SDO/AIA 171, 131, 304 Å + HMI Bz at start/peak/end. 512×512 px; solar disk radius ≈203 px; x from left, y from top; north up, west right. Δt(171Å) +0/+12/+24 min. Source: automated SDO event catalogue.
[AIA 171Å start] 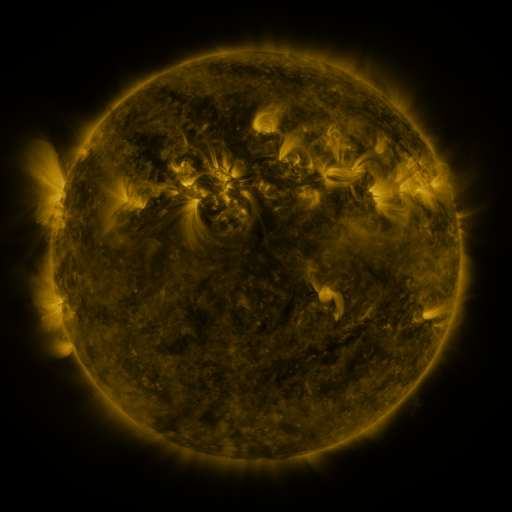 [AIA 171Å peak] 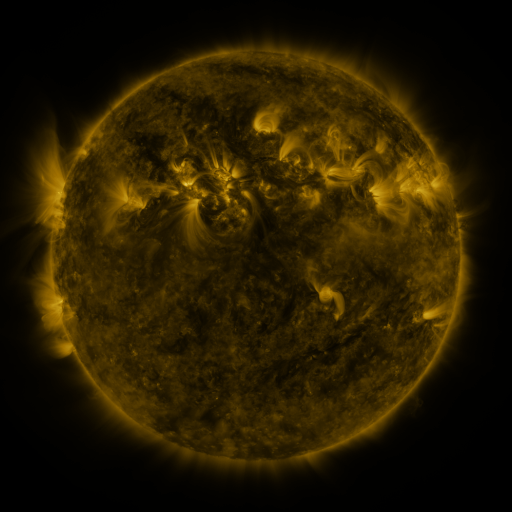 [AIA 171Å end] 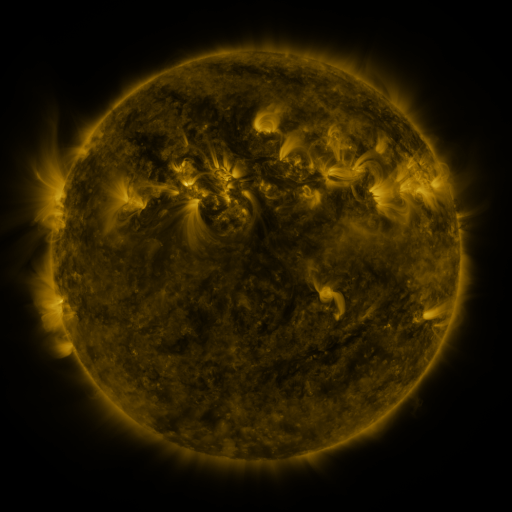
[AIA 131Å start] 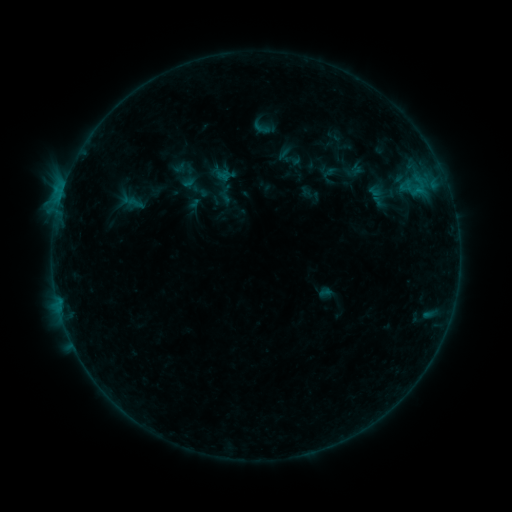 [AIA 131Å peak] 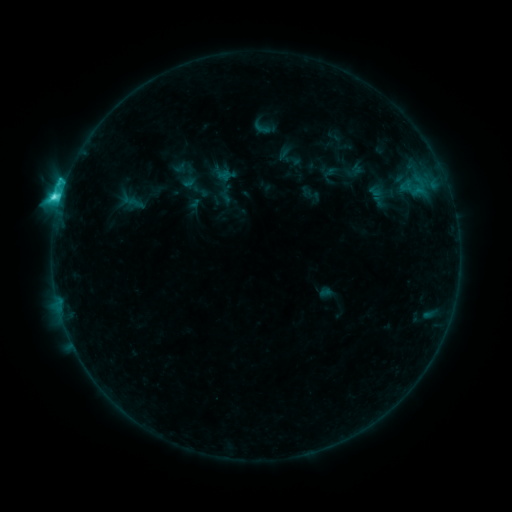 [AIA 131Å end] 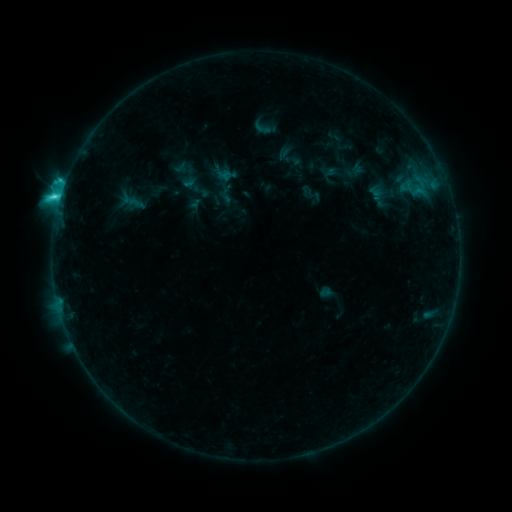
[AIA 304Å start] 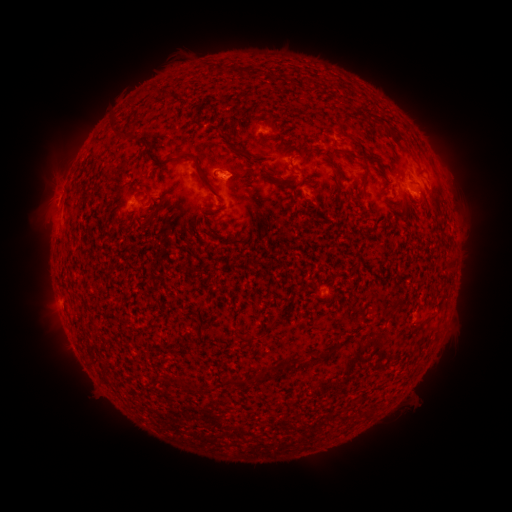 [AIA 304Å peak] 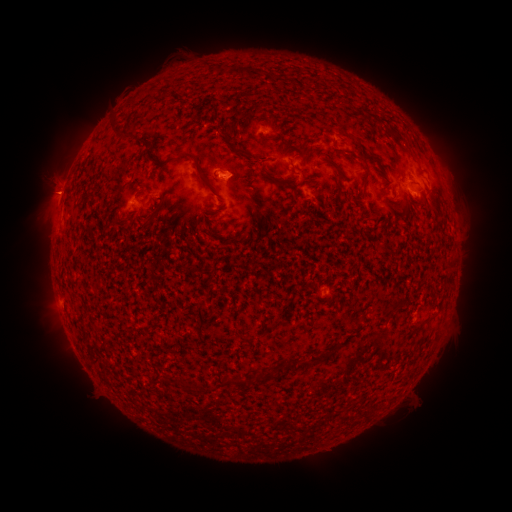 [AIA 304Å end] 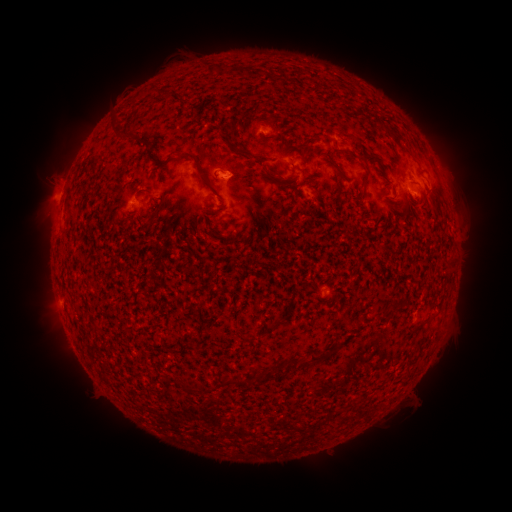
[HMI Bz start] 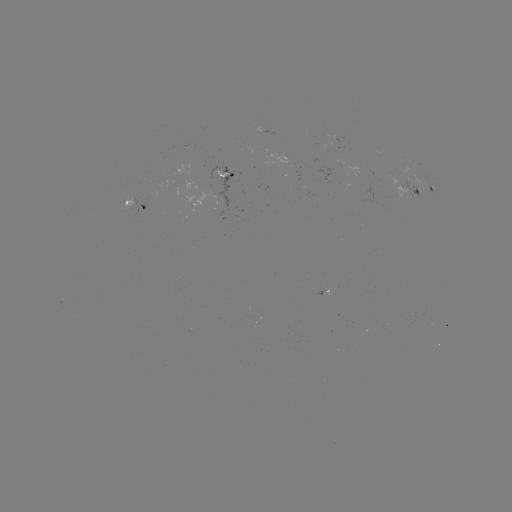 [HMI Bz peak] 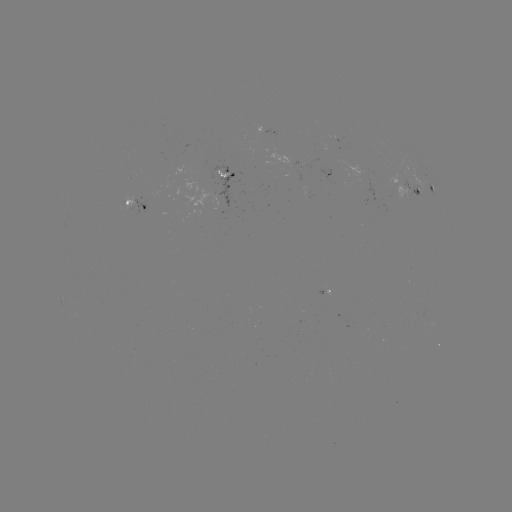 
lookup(C5.4 flare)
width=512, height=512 60,199